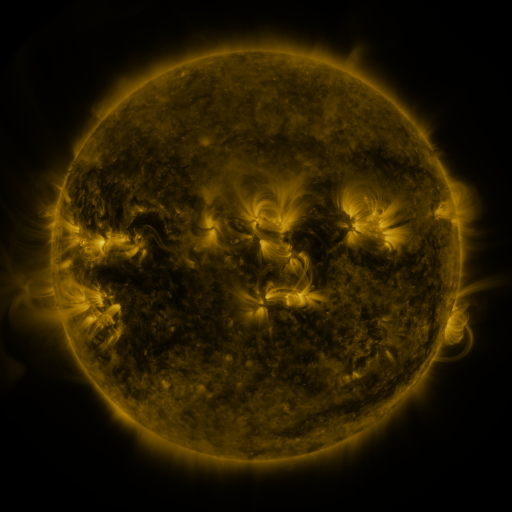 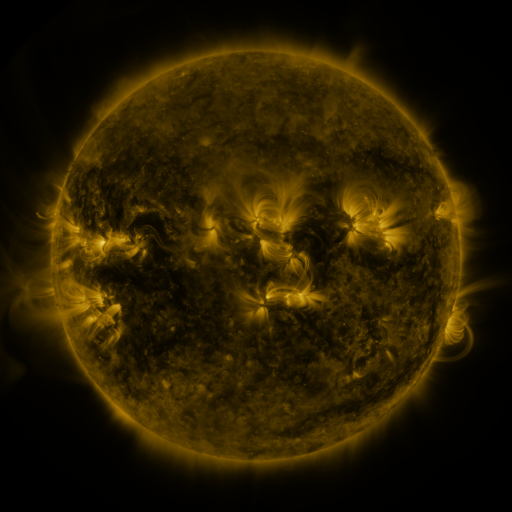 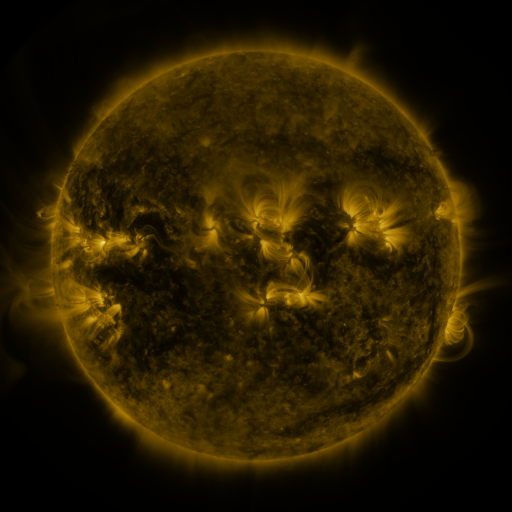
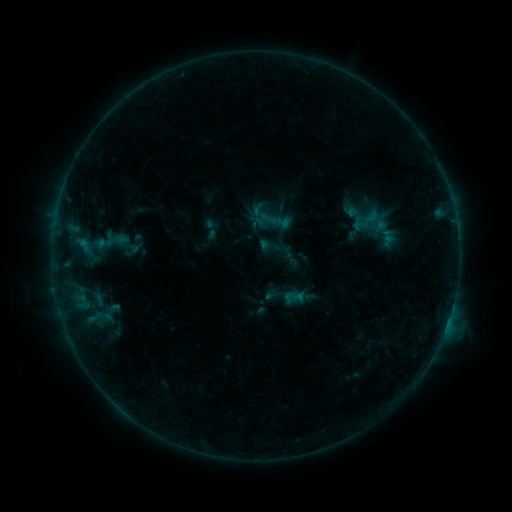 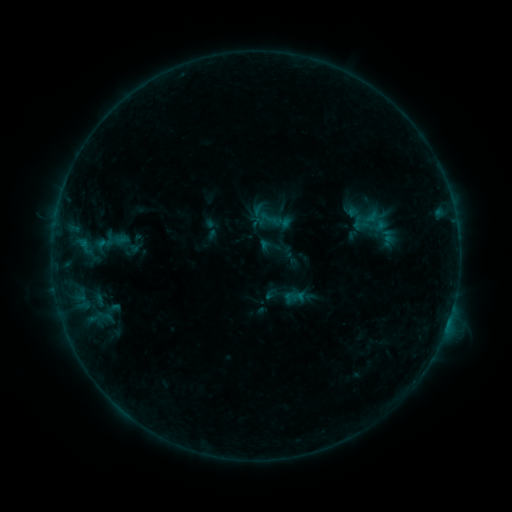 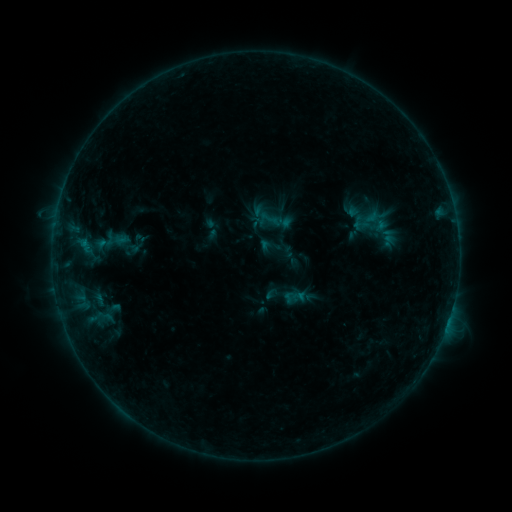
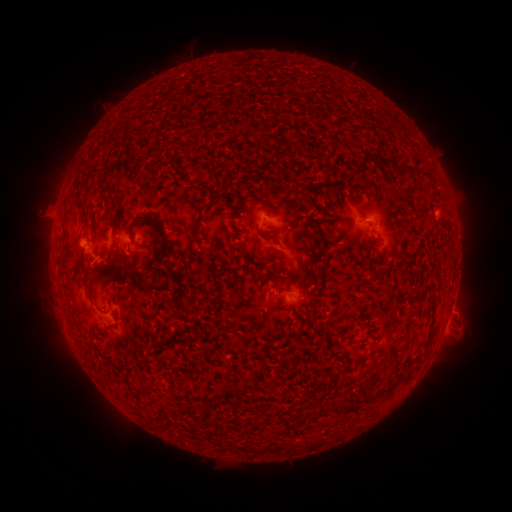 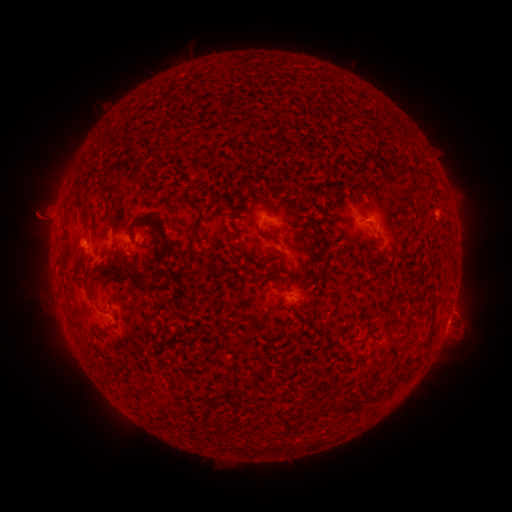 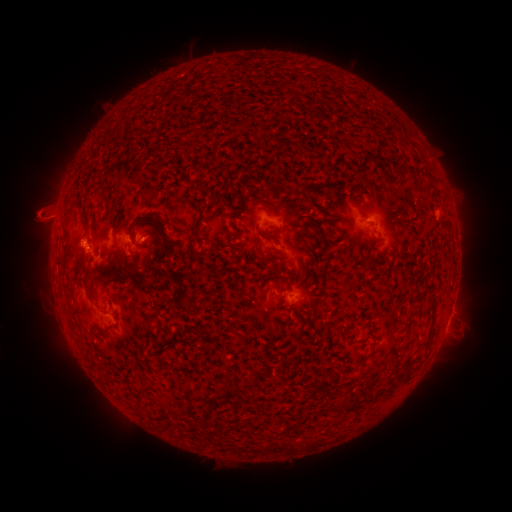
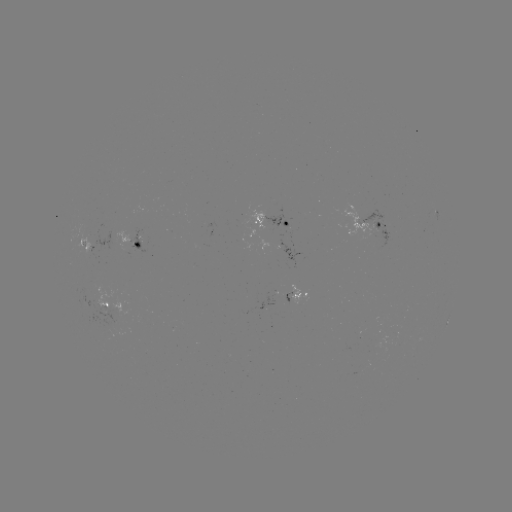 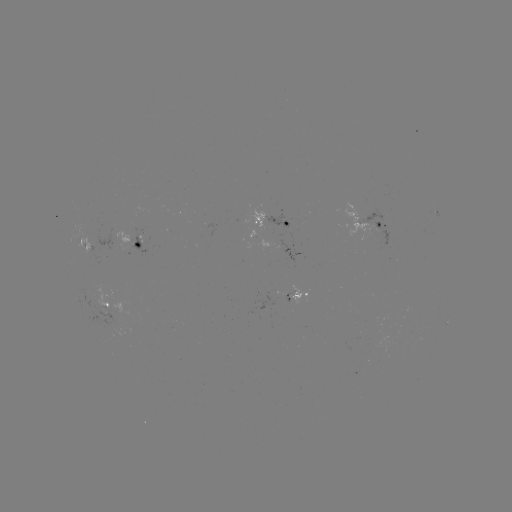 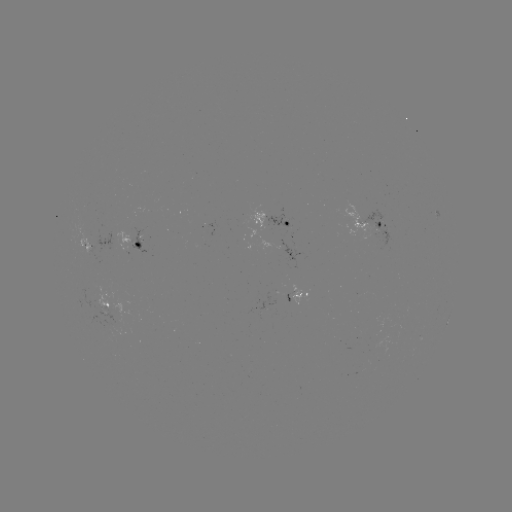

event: eruption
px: (45, 218)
